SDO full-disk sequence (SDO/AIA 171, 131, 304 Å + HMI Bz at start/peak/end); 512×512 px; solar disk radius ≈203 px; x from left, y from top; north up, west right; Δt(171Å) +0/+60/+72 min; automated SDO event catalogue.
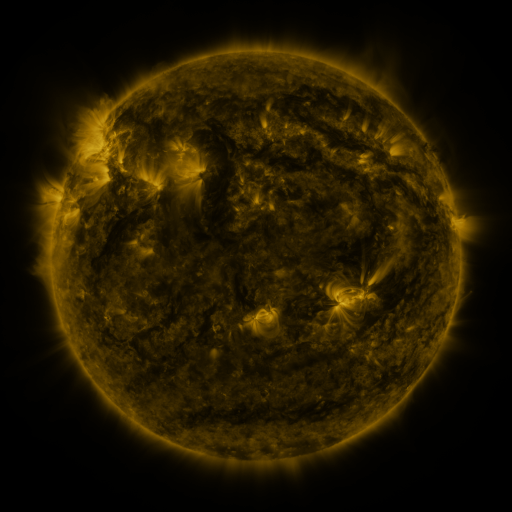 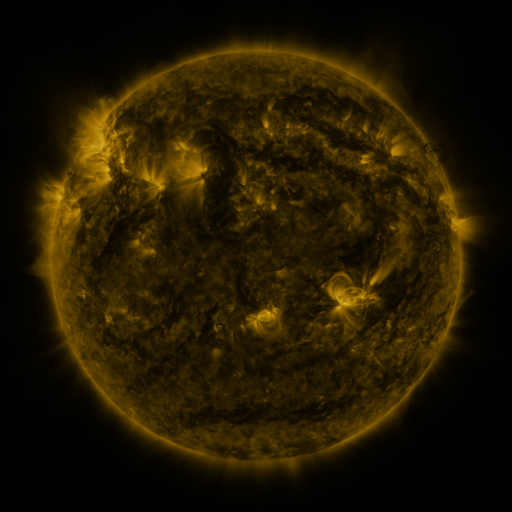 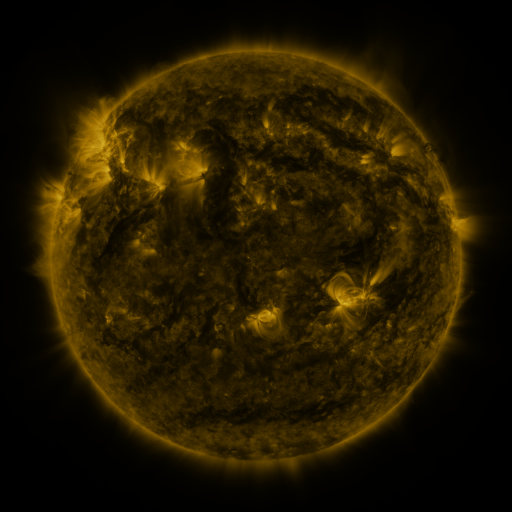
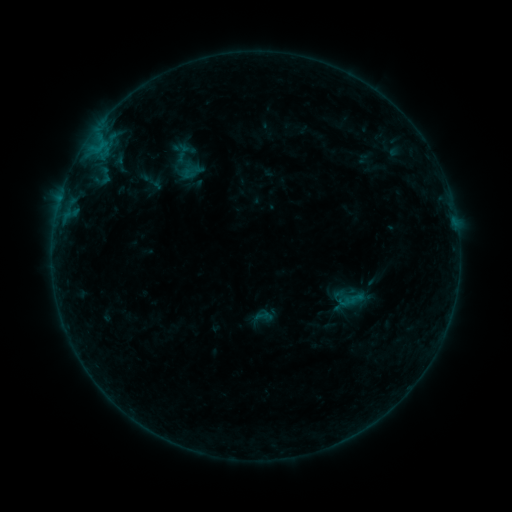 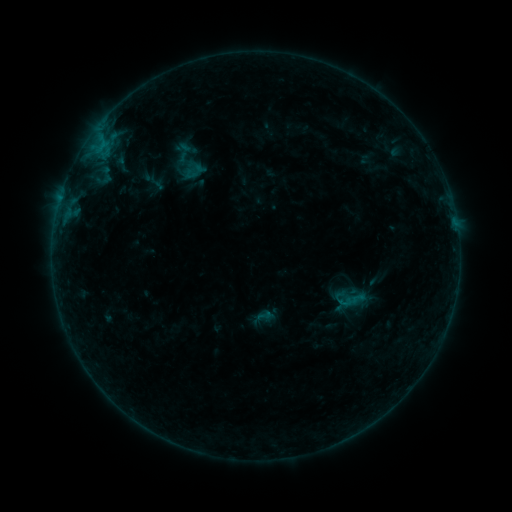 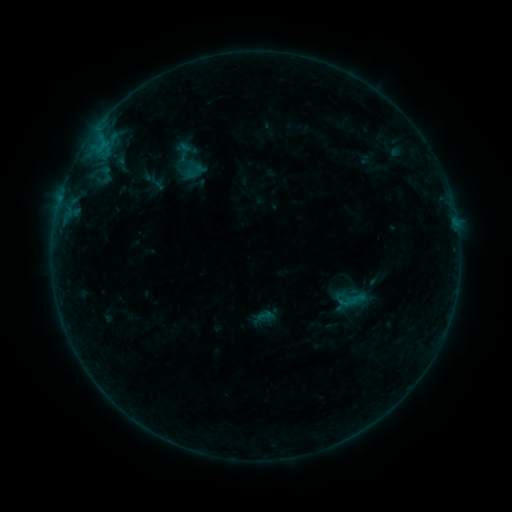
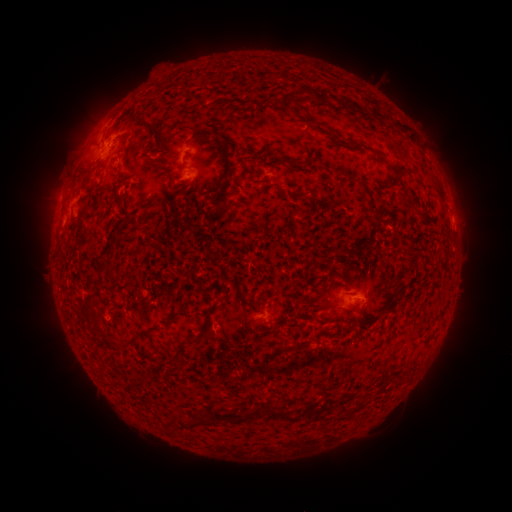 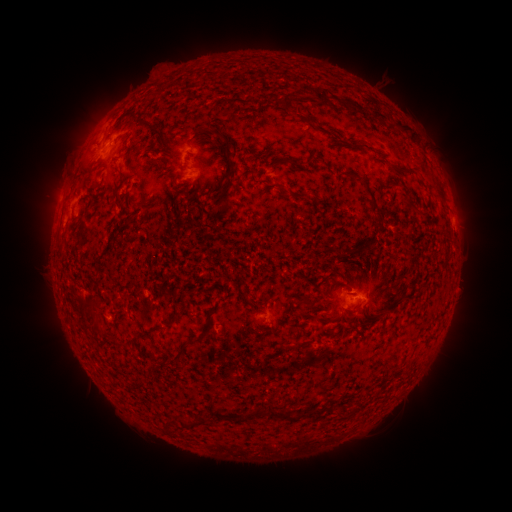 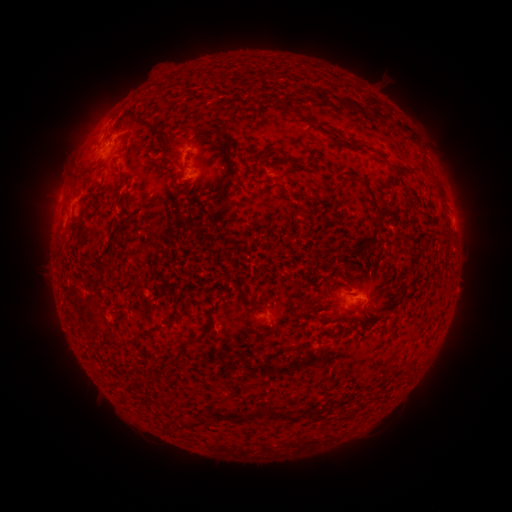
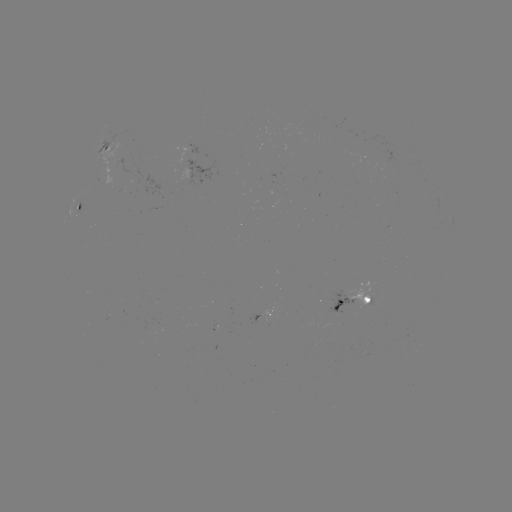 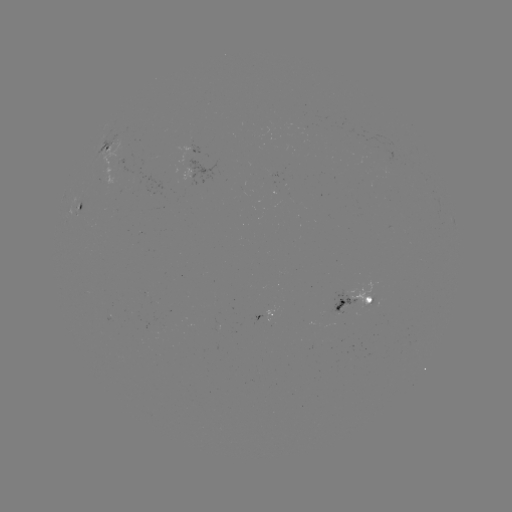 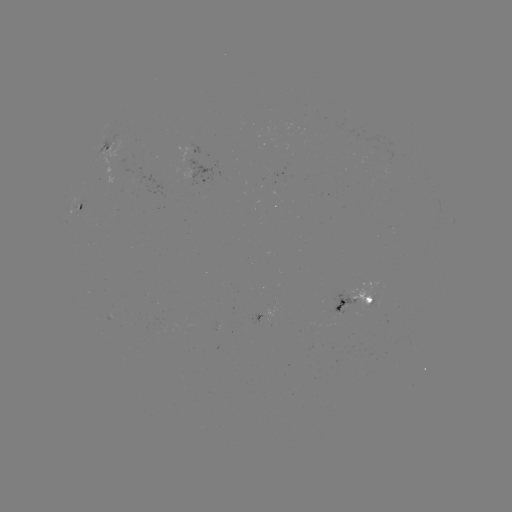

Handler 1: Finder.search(emerging-flux region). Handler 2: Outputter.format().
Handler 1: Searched emerging-flux region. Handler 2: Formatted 119,155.